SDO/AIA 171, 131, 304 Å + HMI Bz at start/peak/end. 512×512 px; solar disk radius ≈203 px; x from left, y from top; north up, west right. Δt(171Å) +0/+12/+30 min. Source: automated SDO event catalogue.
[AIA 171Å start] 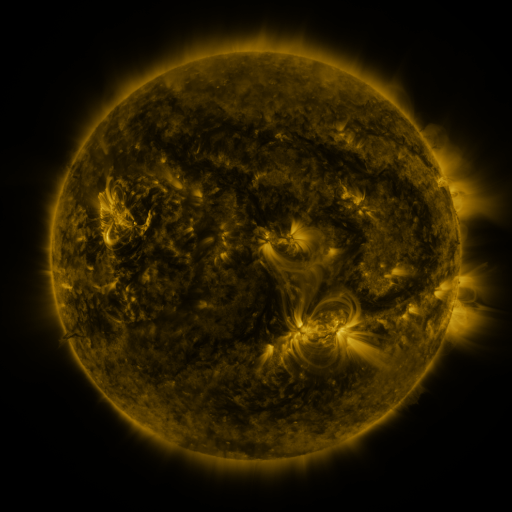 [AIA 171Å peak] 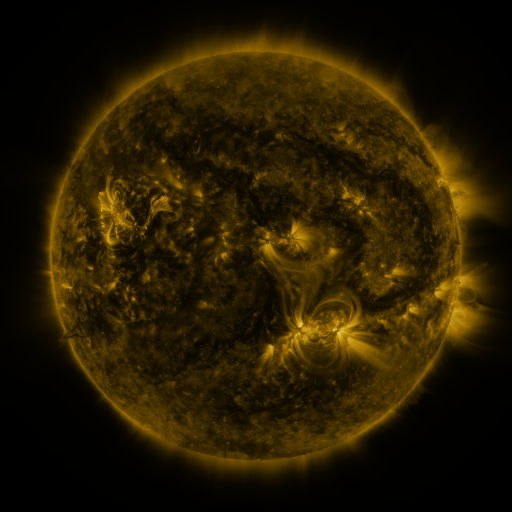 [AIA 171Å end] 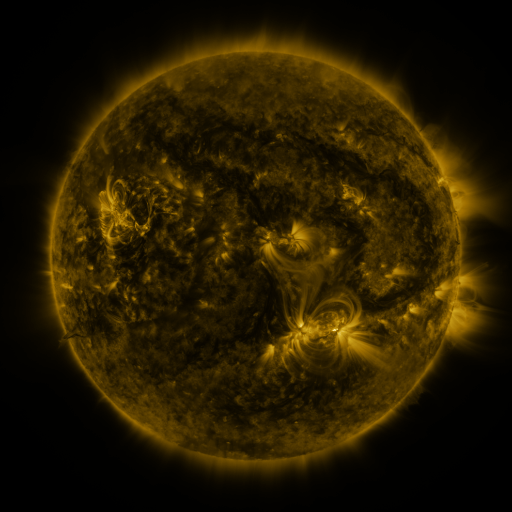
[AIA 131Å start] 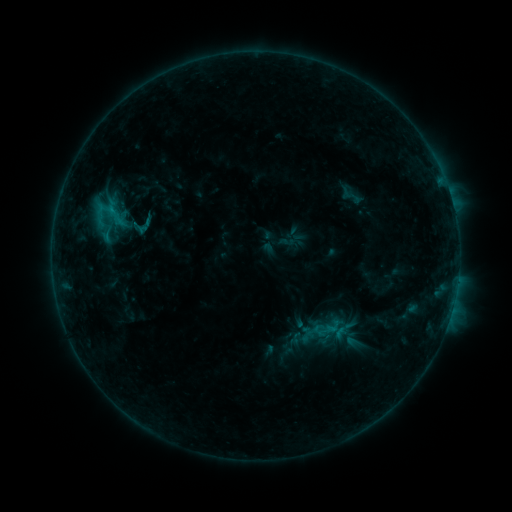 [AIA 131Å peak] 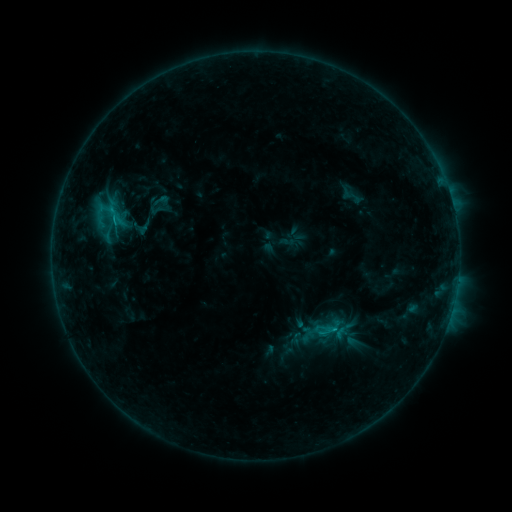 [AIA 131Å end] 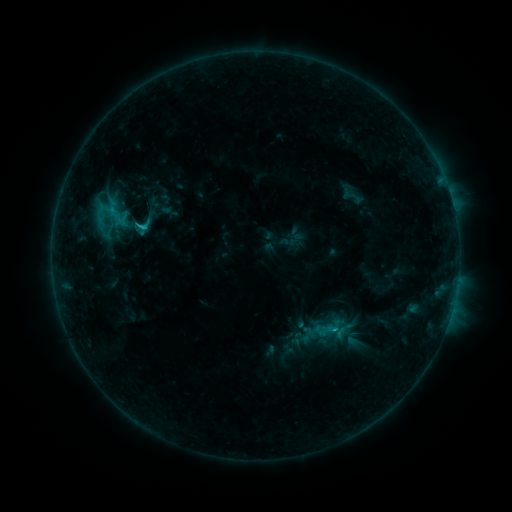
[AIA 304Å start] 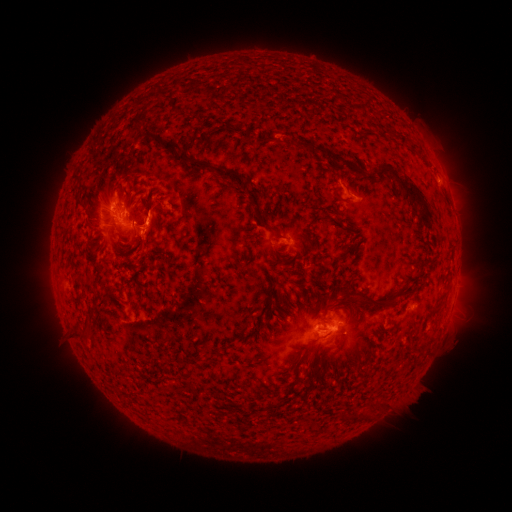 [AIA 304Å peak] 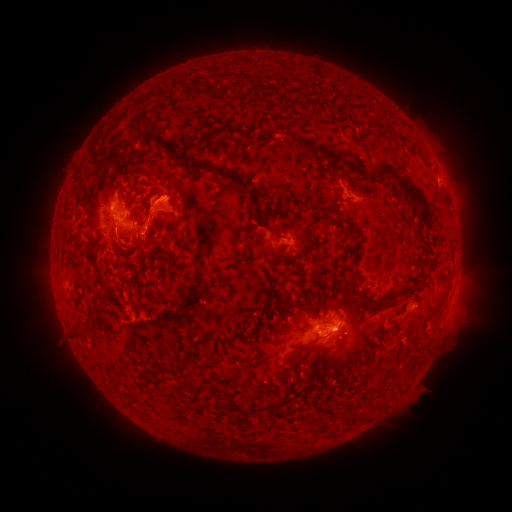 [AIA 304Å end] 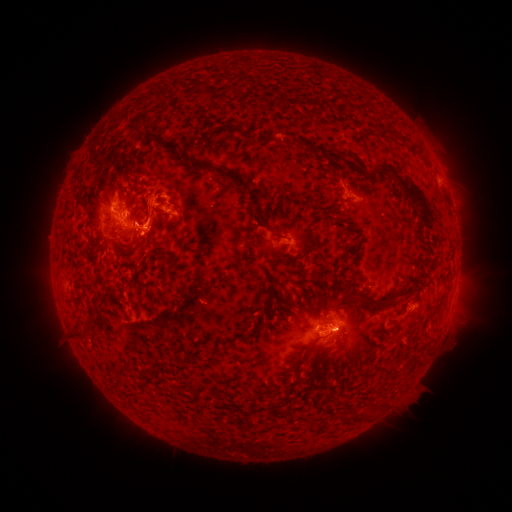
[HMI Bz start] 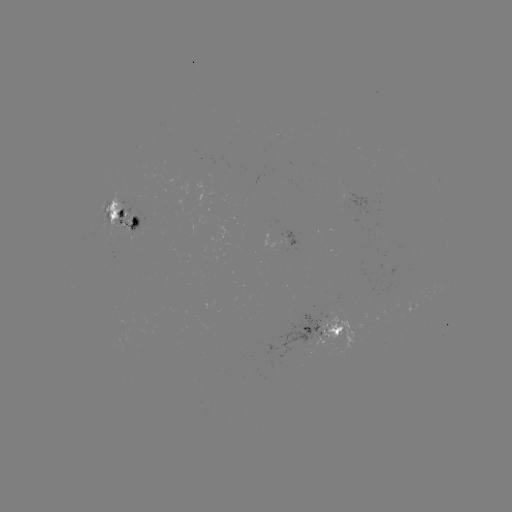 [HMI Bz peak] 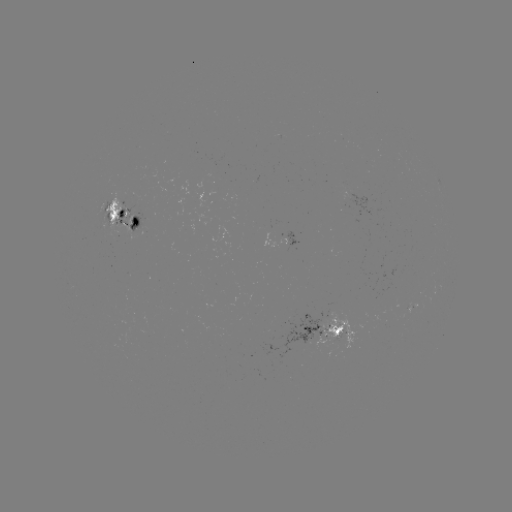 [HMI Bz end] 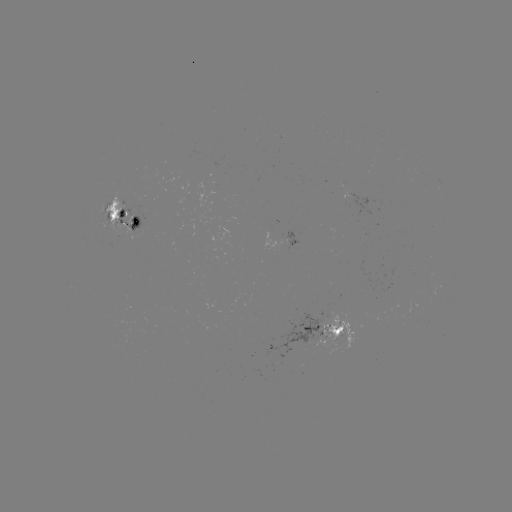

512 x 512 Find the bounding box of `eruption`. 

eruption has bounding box [102, 180, 192, 269].